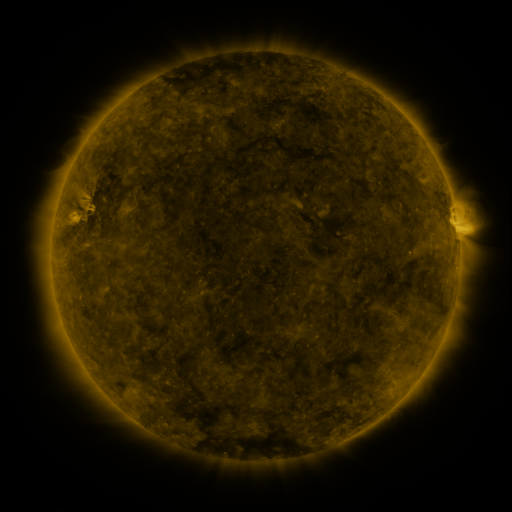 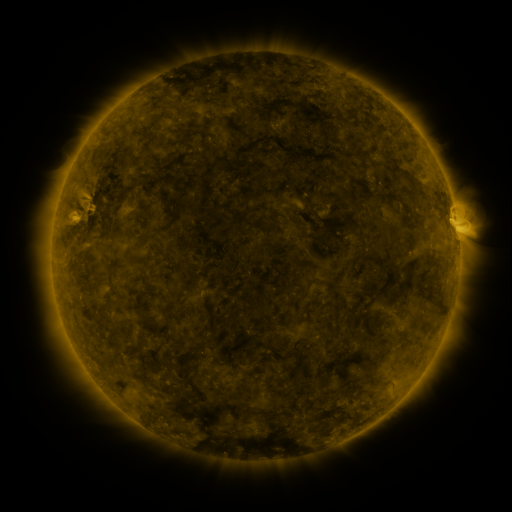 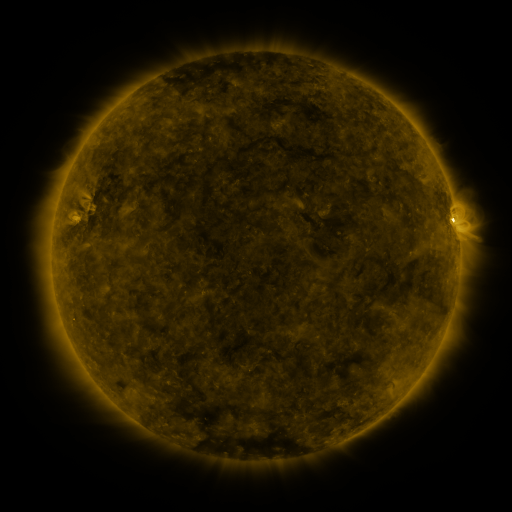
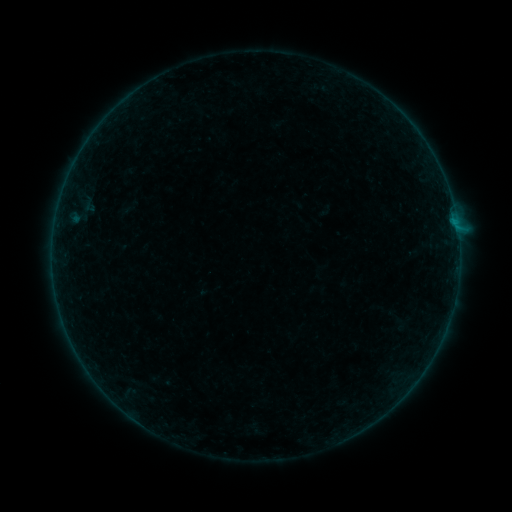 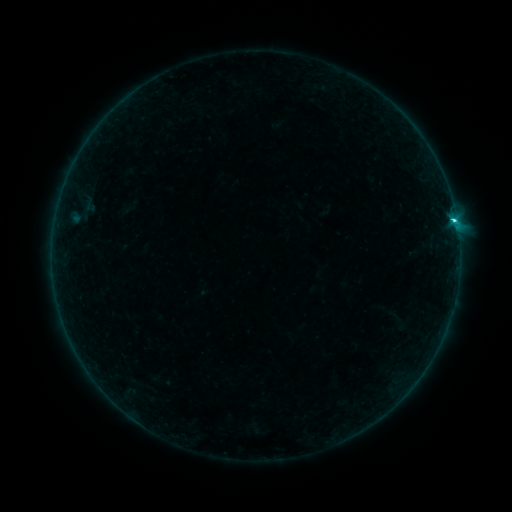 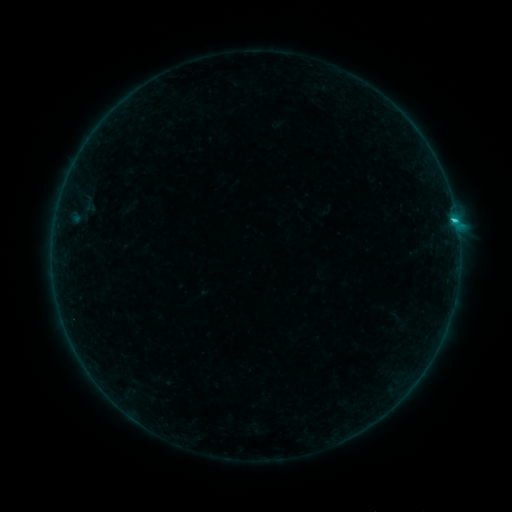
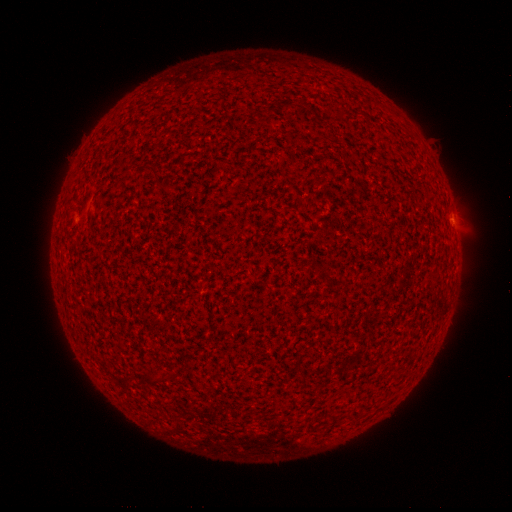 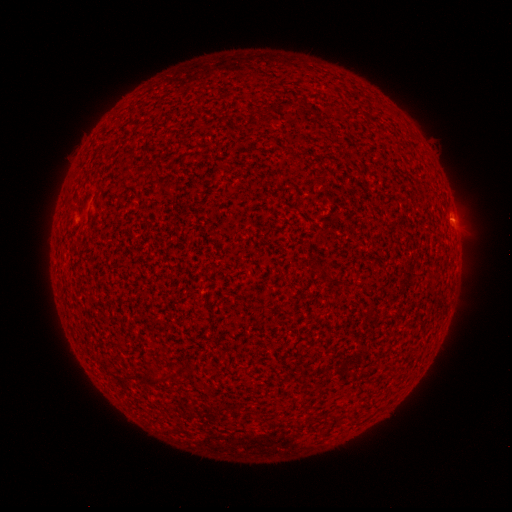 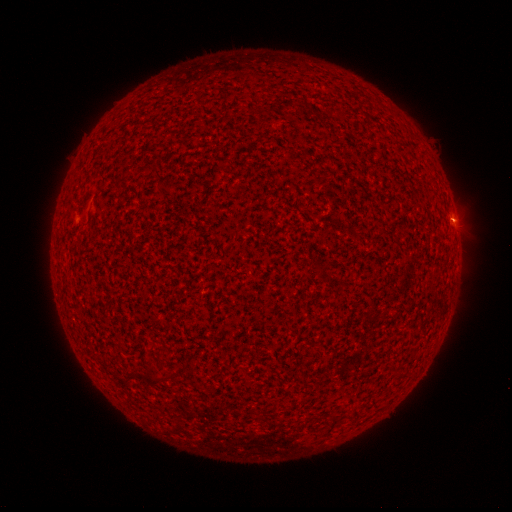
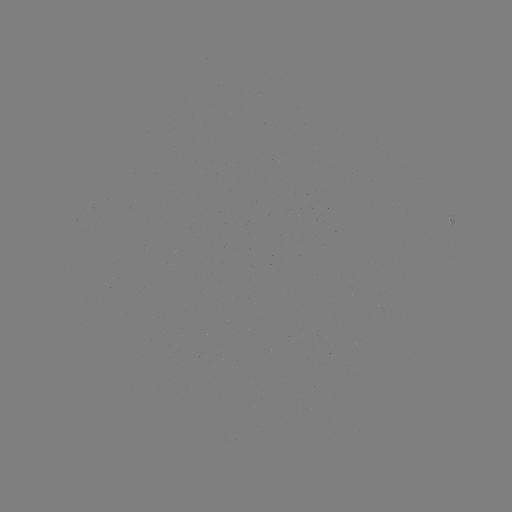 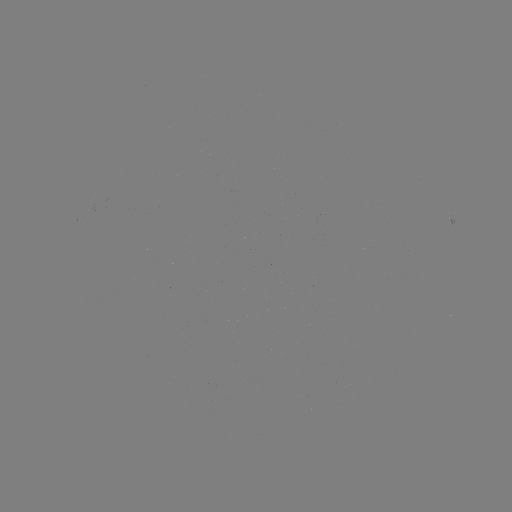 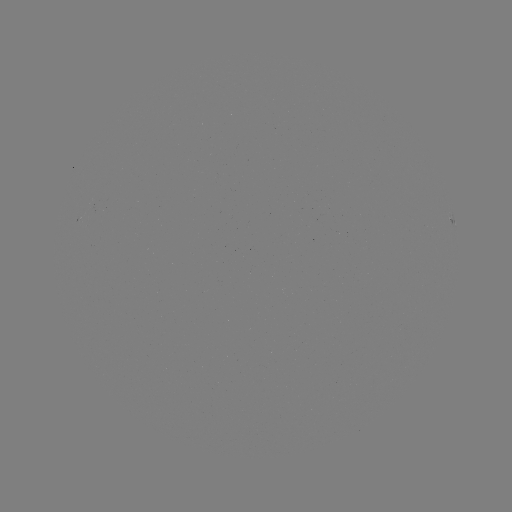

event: flare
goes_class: C1.6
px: (453, 221)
